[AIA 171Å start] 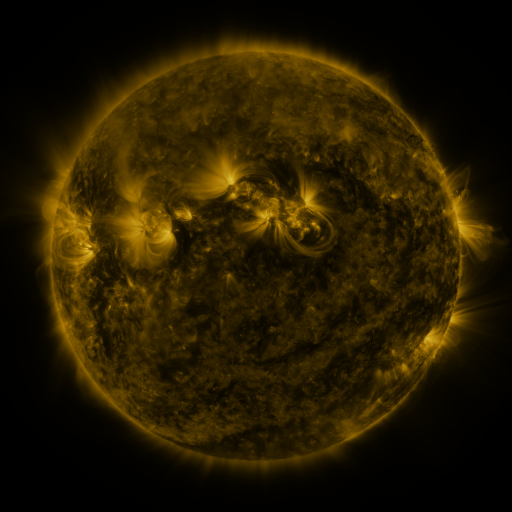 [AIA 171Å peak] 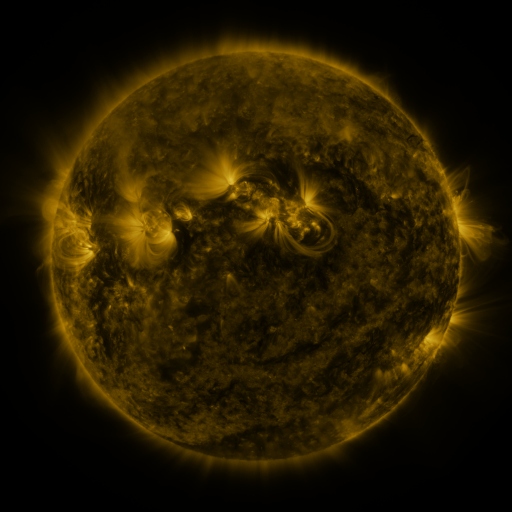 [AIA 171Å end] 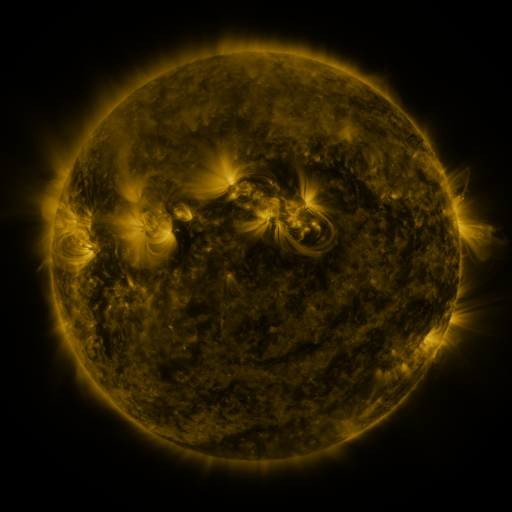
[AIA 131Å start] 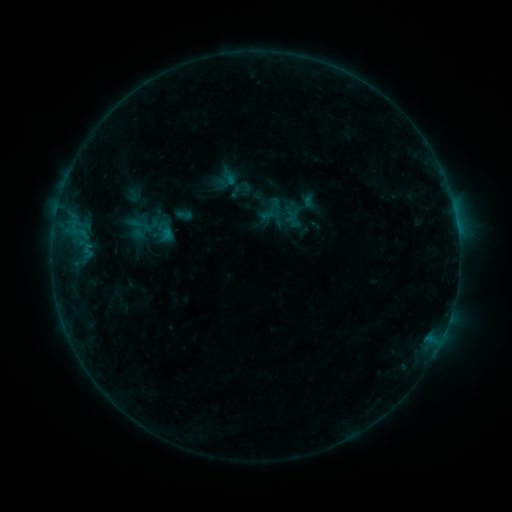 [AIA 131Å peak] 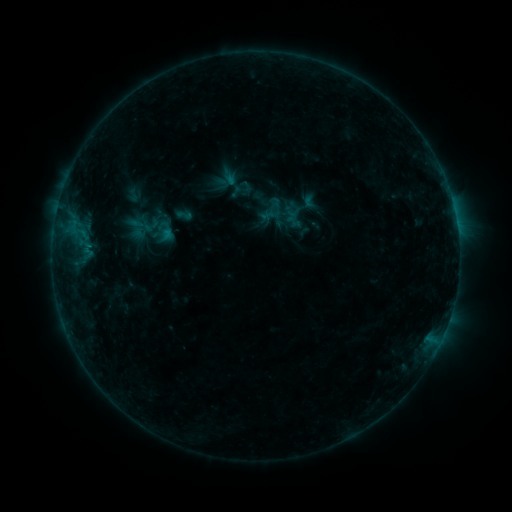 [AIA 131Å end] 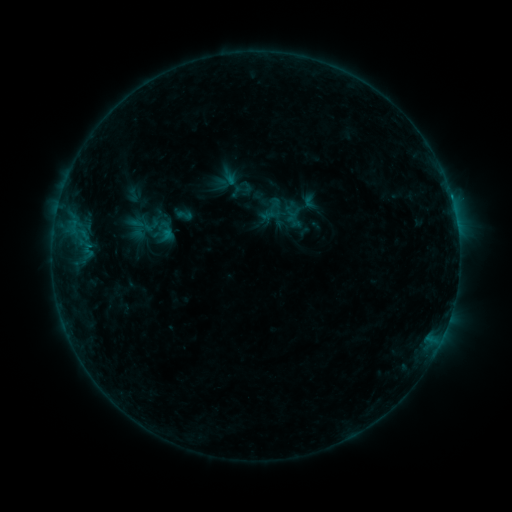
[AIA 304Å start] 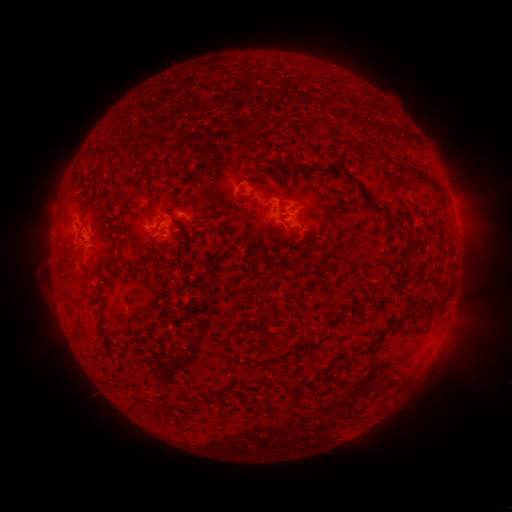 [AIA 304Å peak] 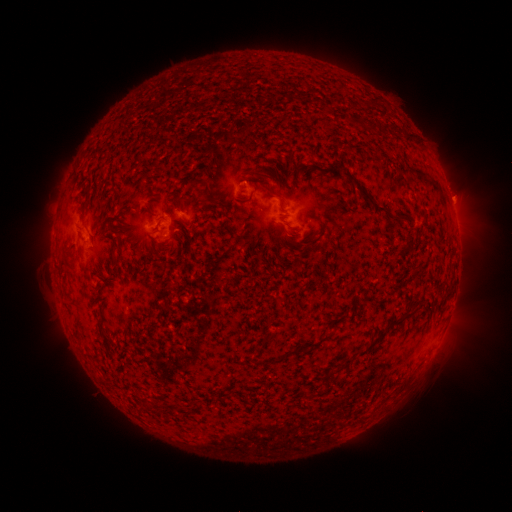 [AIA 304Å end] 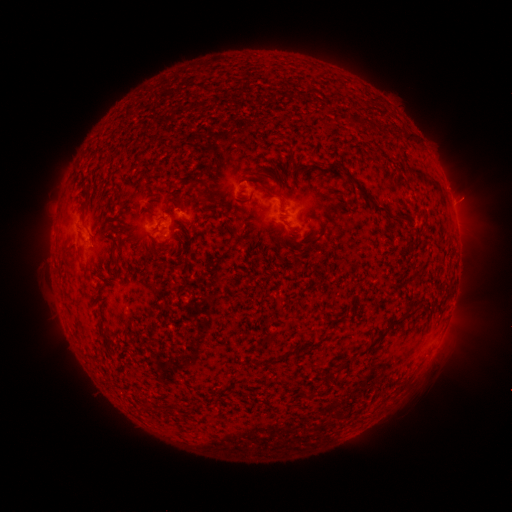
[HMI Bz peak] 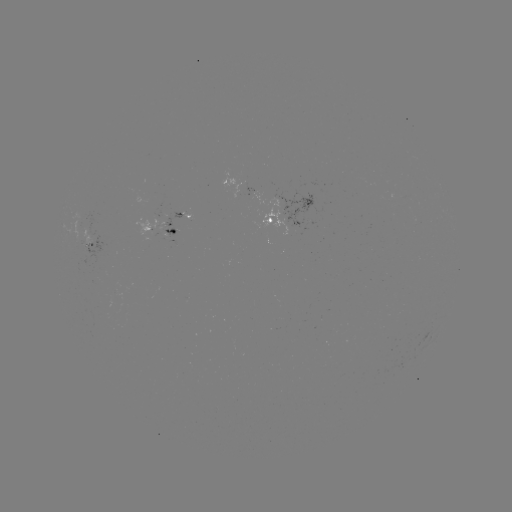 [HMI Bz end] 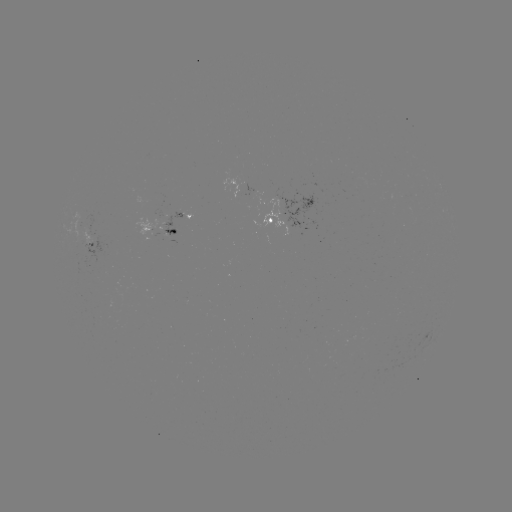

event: eruption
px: (461, 201)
